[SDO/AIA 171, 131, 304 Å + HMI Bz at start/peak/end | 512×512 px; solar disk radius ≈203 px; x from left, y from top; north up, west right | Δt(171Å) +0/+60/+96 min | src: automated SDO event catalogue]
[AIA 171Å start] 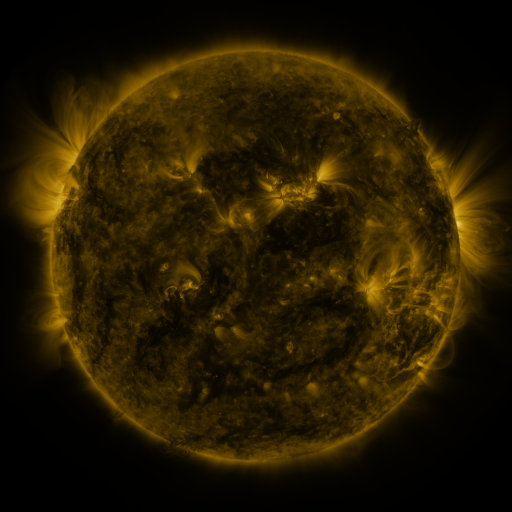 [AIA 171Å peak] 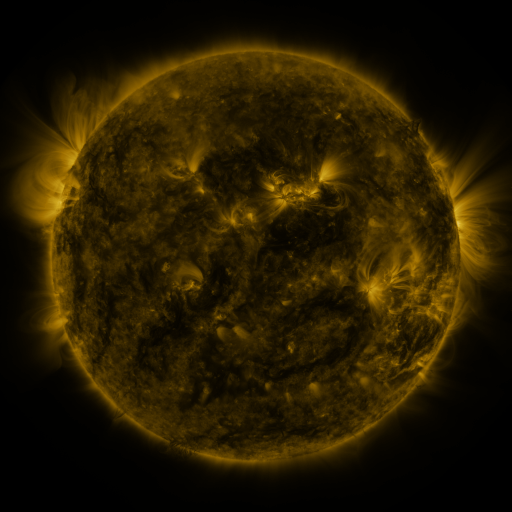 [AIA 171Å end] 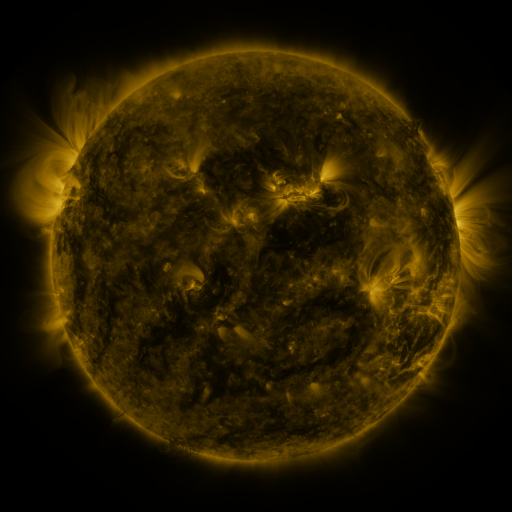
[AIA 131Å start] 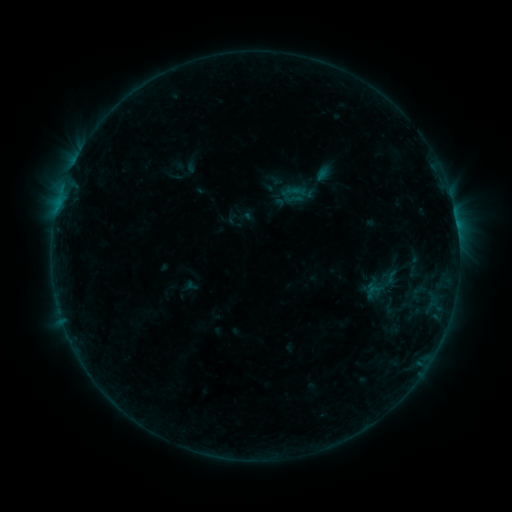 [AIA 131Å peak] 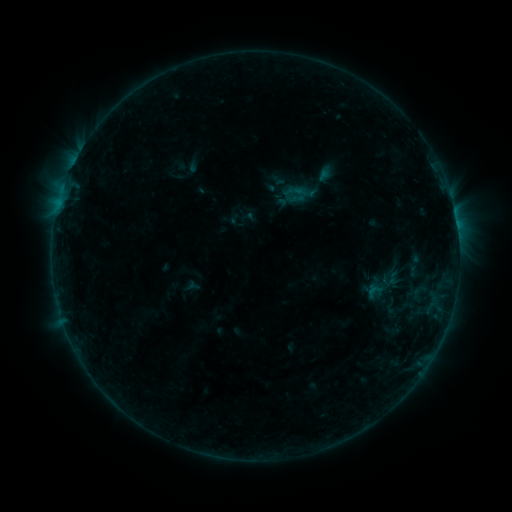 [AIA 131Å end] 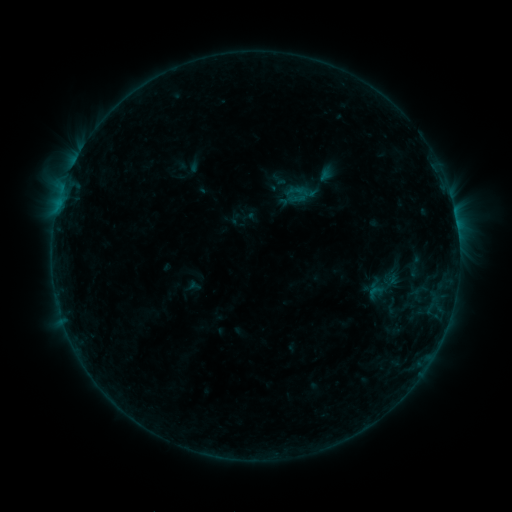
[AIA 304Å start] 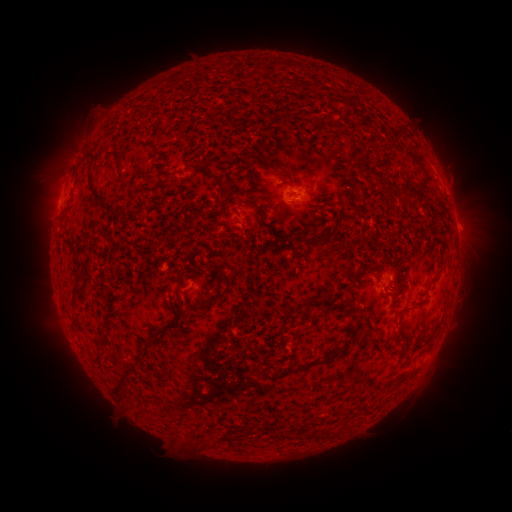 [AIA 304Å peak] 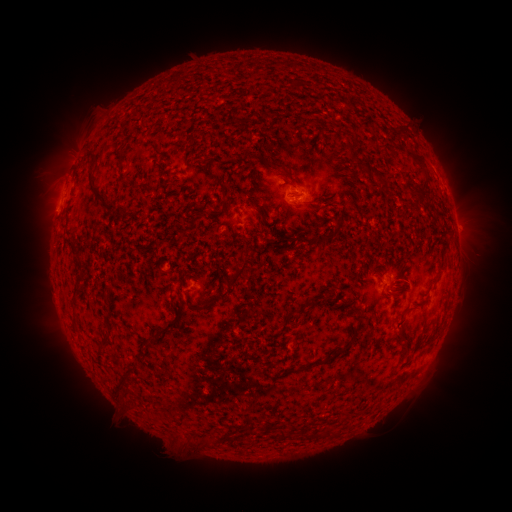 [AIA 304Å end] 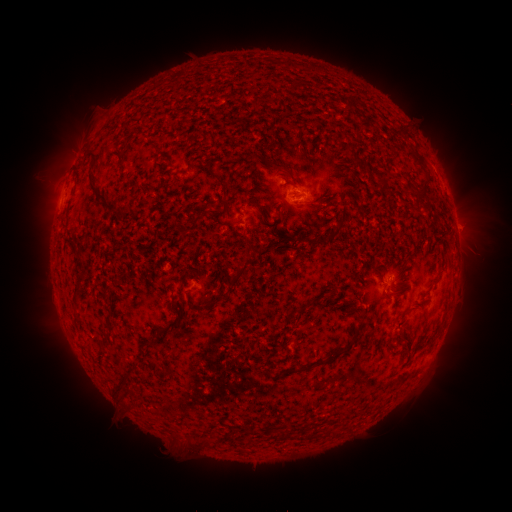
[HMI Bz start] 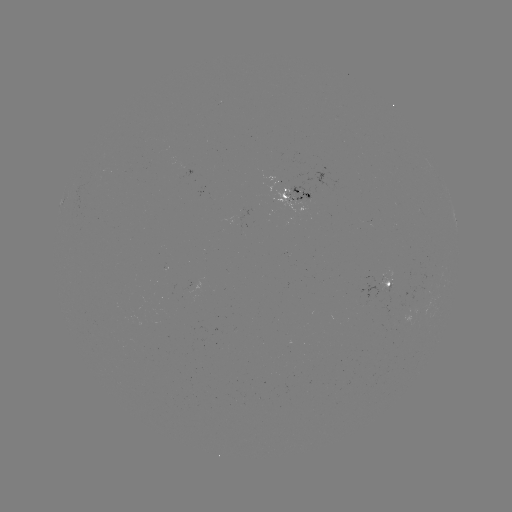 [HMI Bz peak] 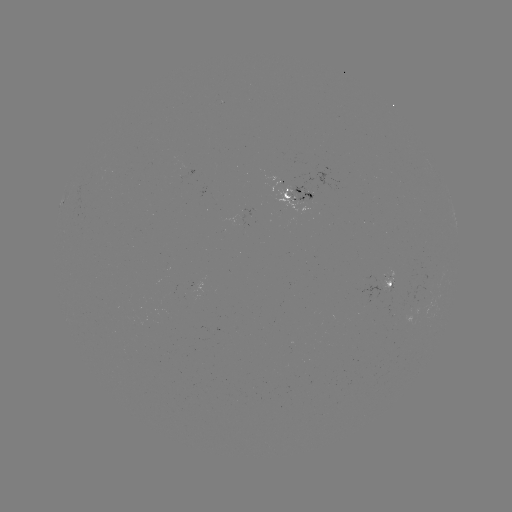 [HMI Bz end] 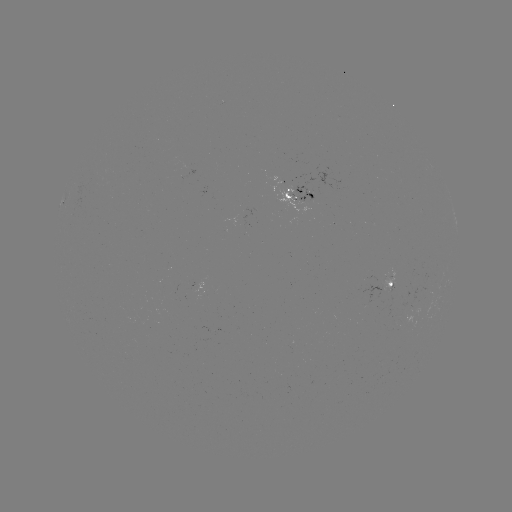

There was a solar emerging-flux region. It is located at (290, 200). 